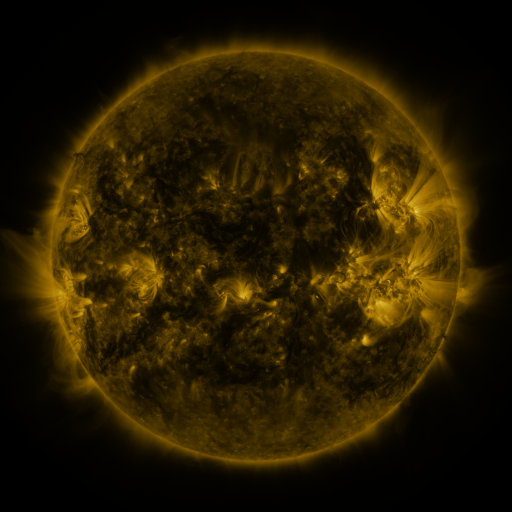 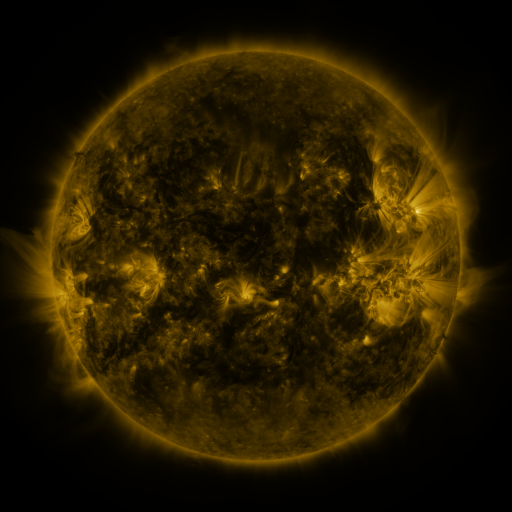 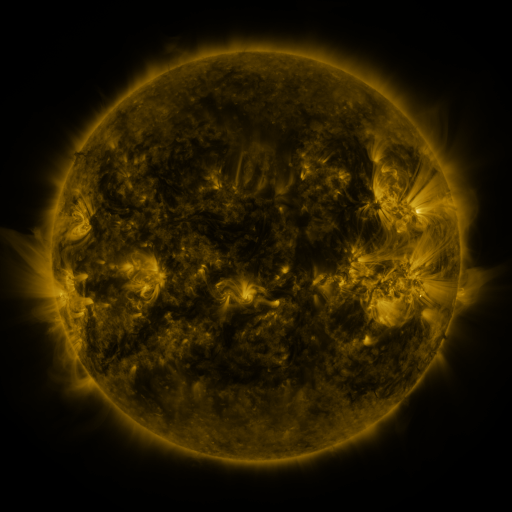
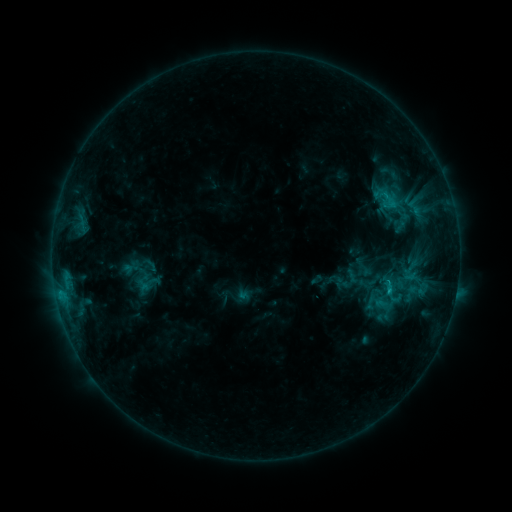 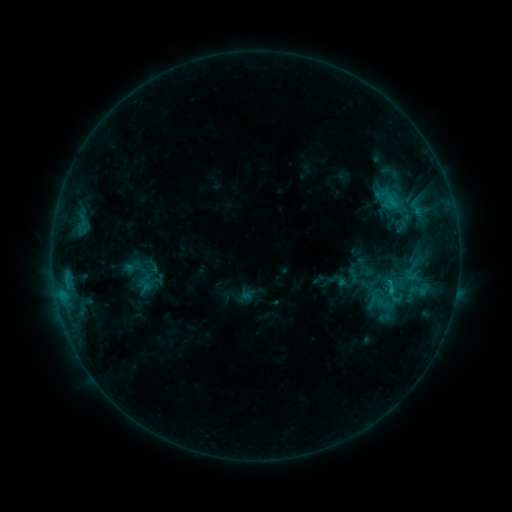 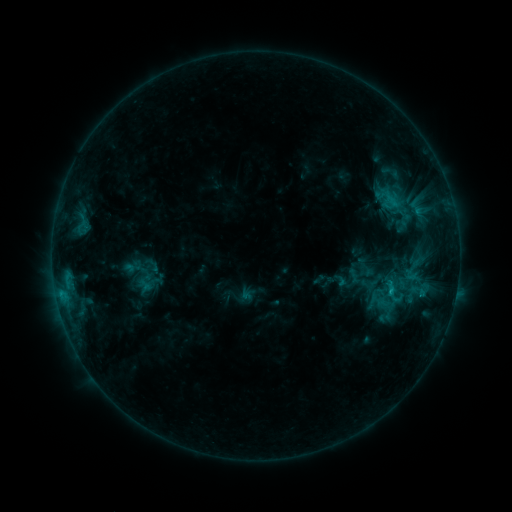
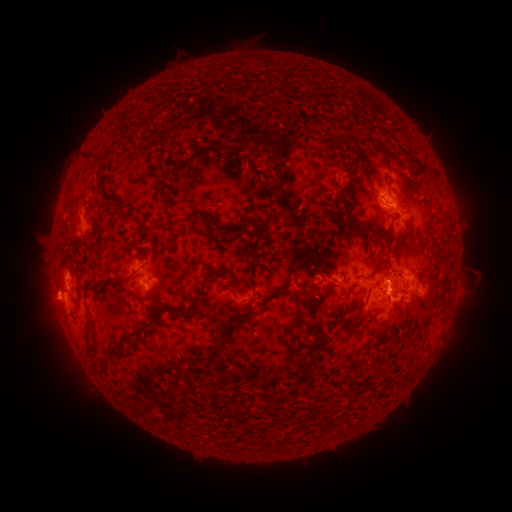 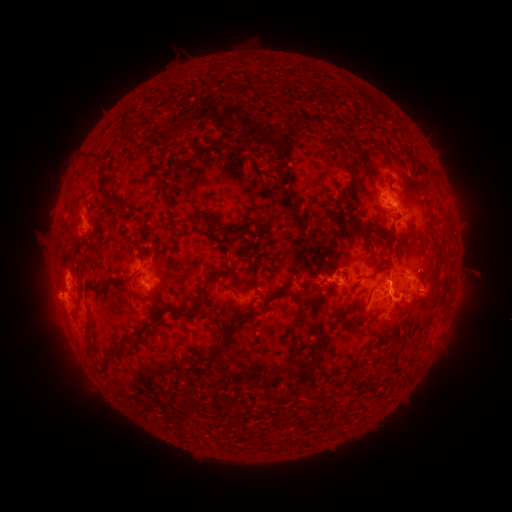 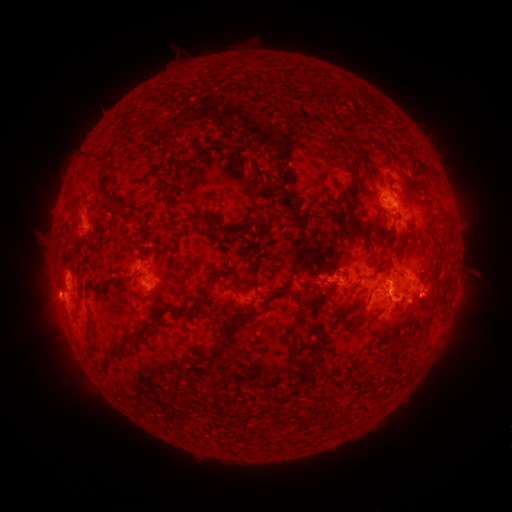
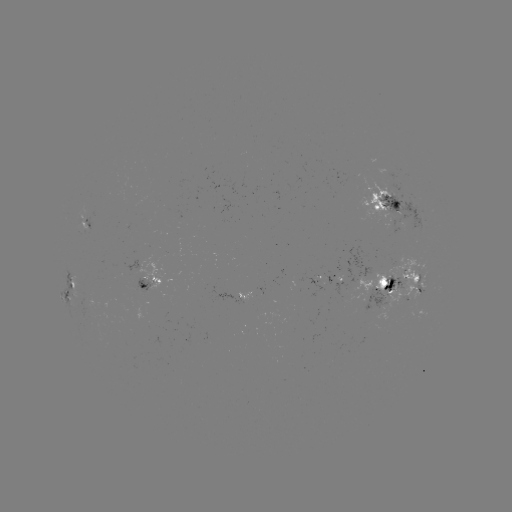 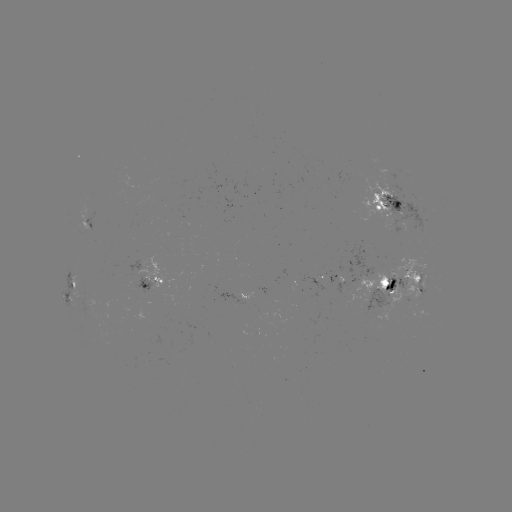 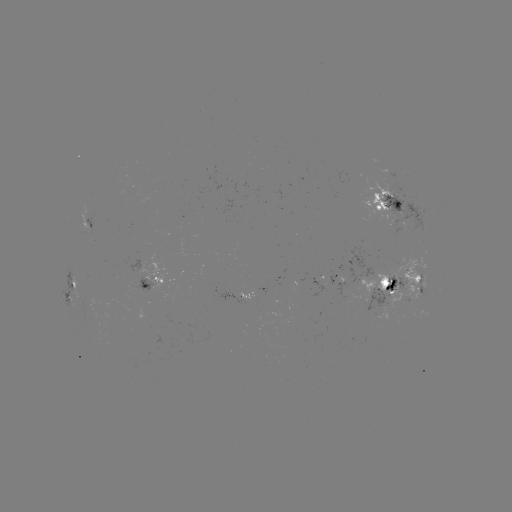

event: emerging-flux region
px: (382, 297)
